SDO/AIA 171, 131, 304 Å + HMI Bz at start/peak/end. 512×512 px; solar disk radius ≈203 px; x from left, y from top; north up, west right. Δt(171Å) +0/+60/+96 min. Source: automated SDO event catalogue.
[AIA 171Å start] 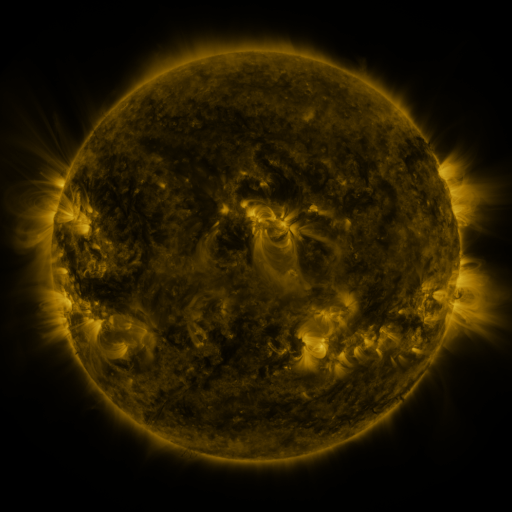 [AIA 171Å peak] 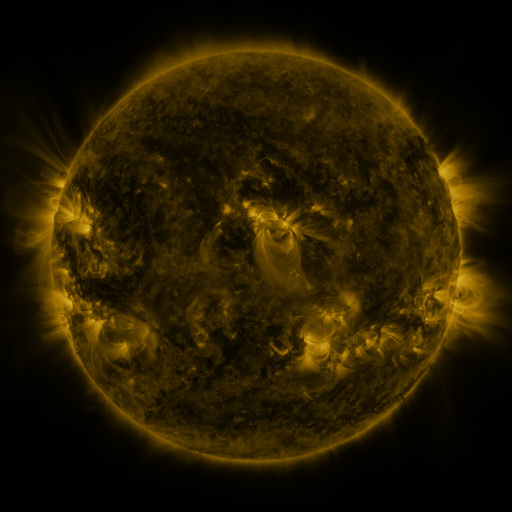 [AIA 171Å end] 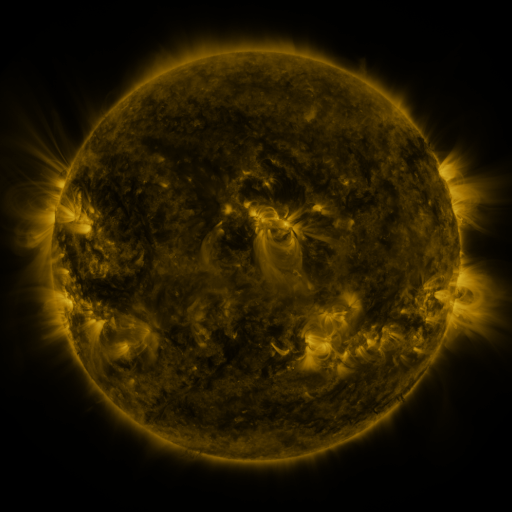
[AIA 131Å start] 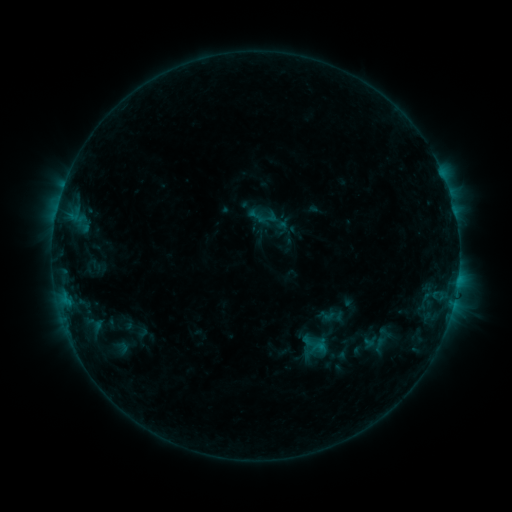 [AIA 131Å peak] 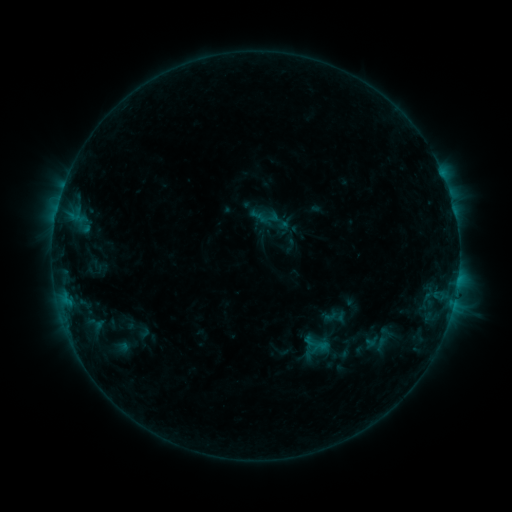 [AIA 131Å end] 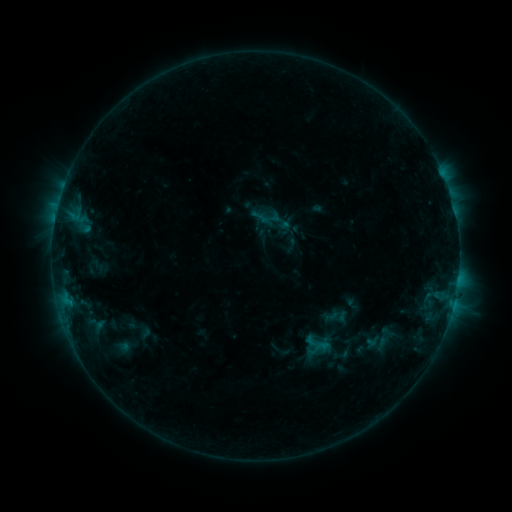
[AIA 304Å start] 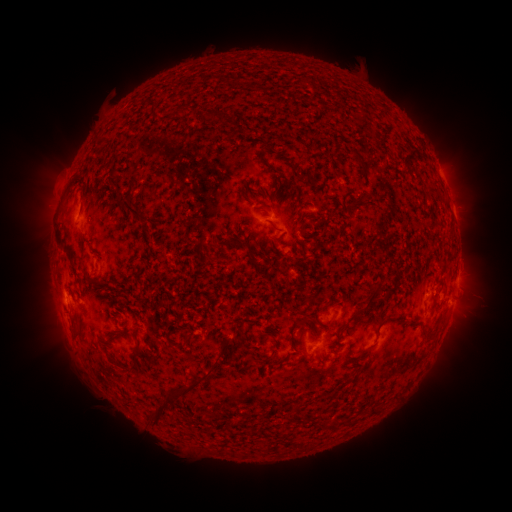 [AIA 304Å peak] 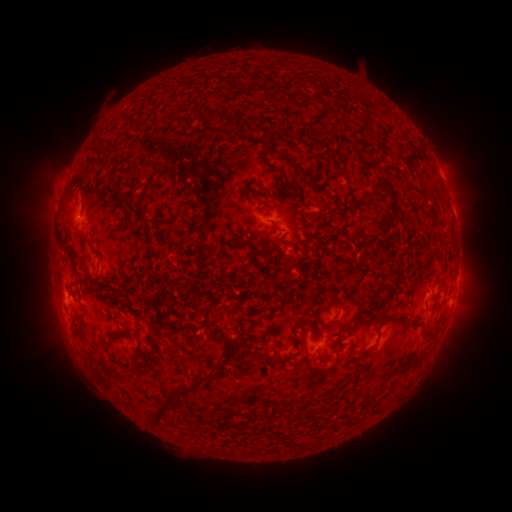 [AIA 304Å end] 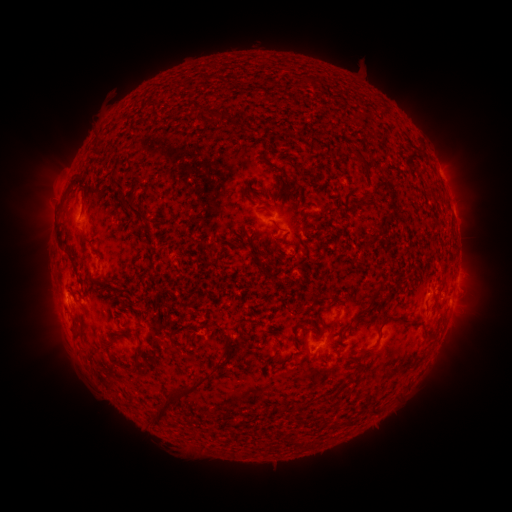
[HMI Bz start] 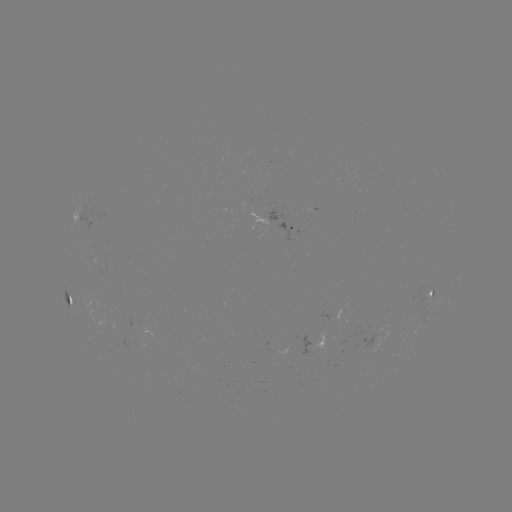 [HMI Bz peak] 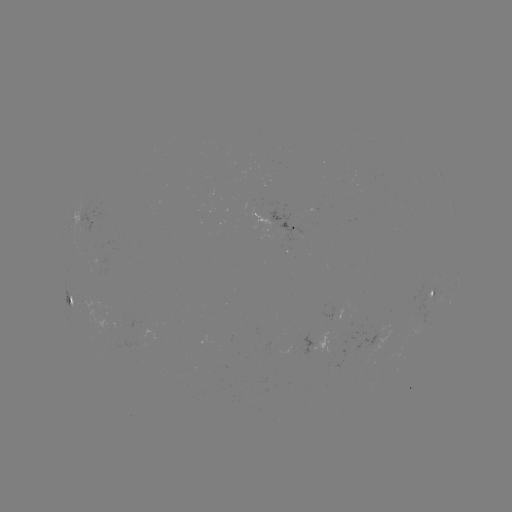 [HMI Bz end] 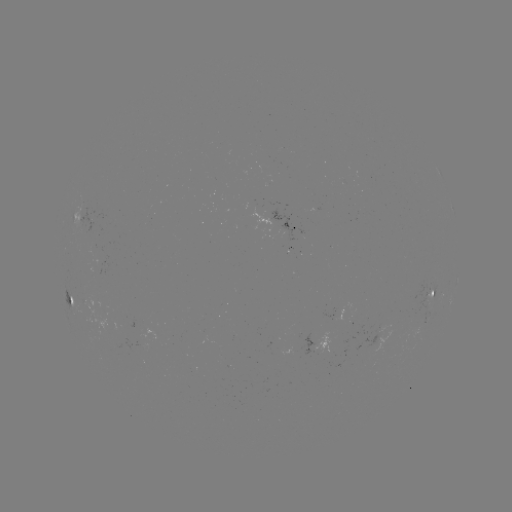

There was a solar emerging-flux region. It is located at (143, 337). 